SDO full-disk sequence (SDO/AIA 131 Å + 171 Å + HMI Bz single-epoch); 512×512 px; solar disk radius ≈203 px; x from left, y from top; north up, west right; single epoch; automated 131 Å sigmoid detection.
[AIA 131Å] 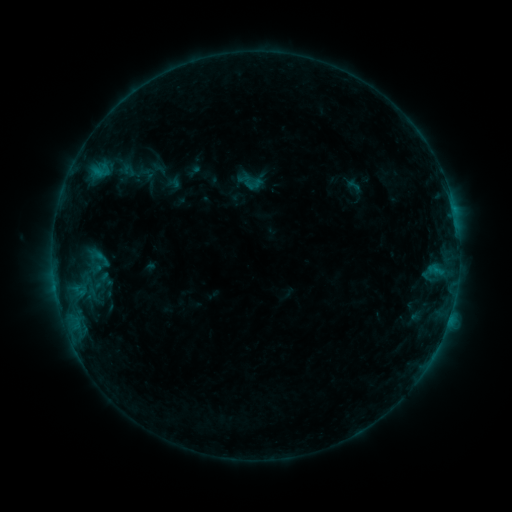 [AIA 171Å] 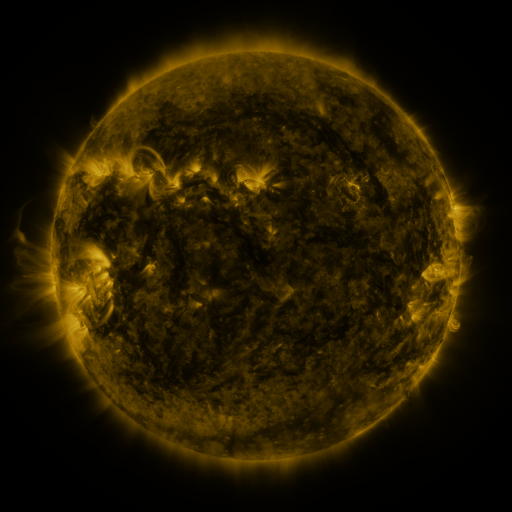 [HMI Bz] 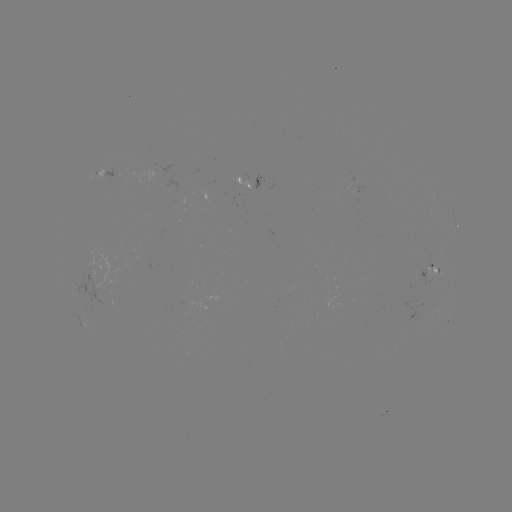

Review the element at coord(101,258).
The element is sigmoid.